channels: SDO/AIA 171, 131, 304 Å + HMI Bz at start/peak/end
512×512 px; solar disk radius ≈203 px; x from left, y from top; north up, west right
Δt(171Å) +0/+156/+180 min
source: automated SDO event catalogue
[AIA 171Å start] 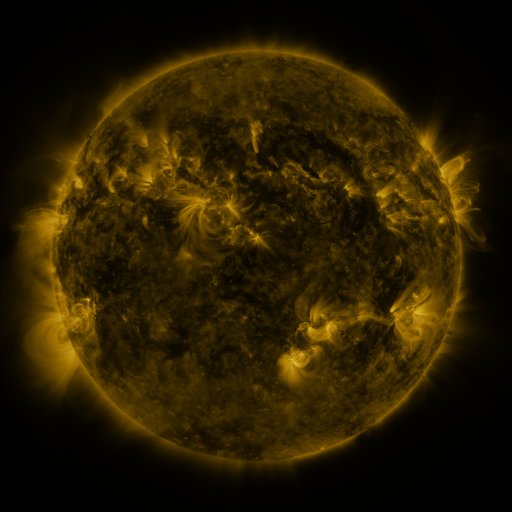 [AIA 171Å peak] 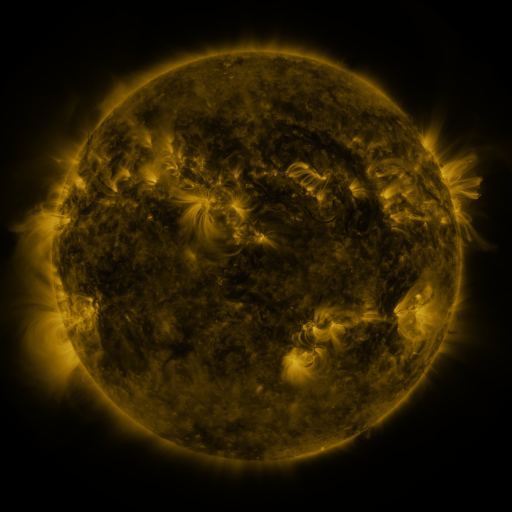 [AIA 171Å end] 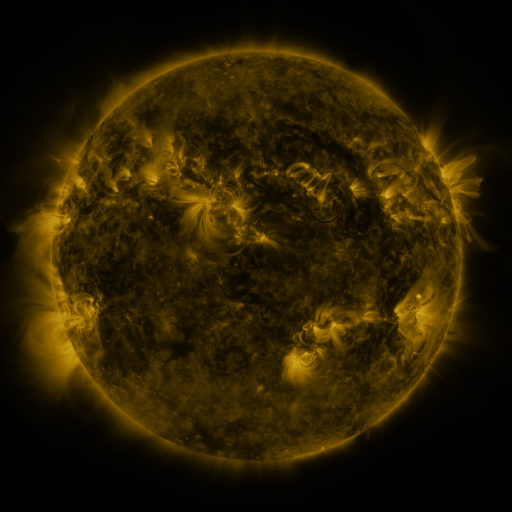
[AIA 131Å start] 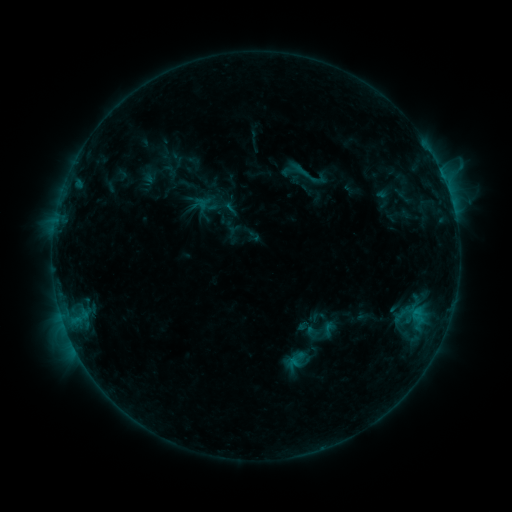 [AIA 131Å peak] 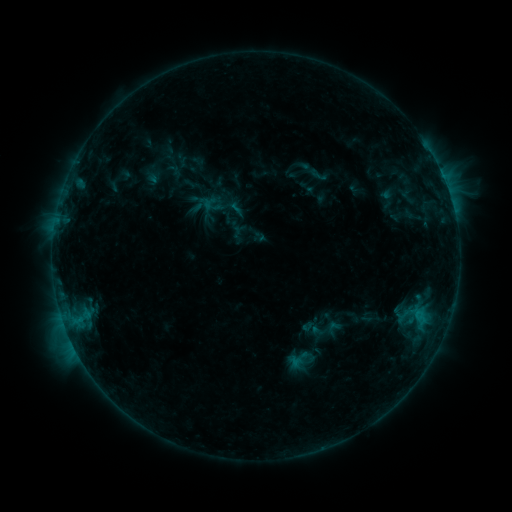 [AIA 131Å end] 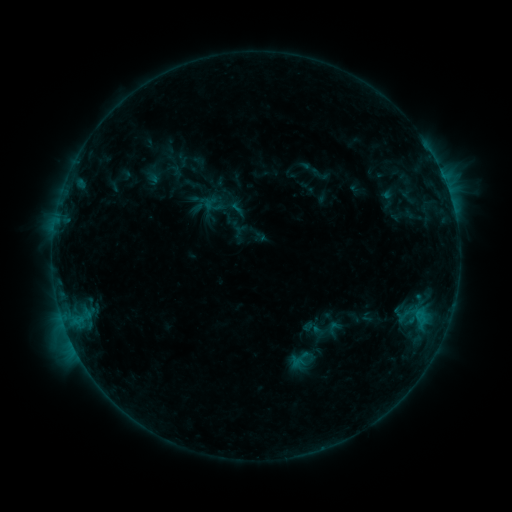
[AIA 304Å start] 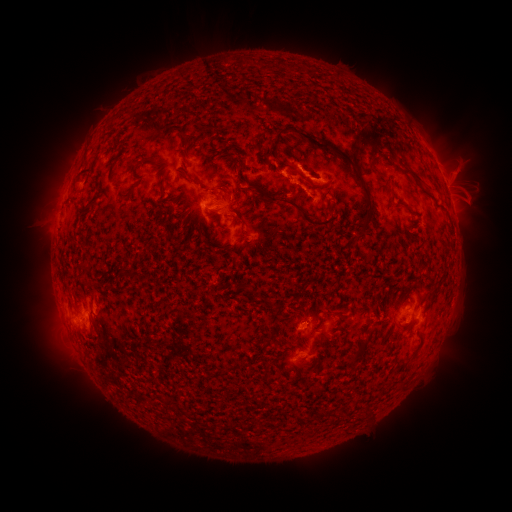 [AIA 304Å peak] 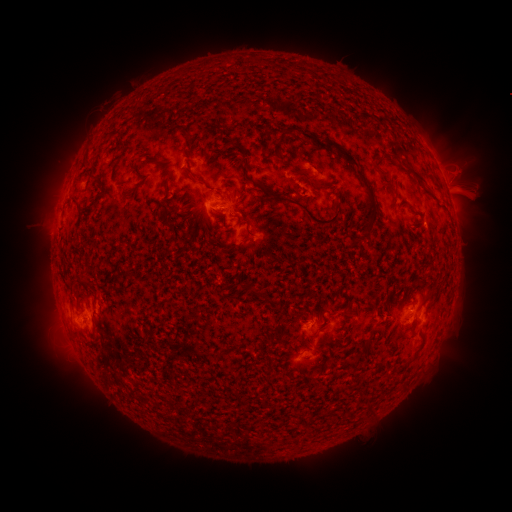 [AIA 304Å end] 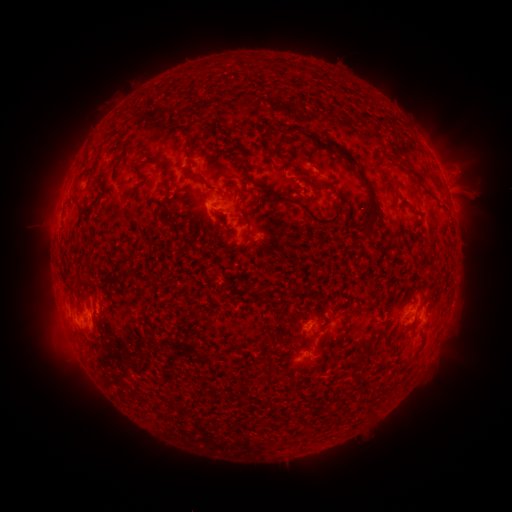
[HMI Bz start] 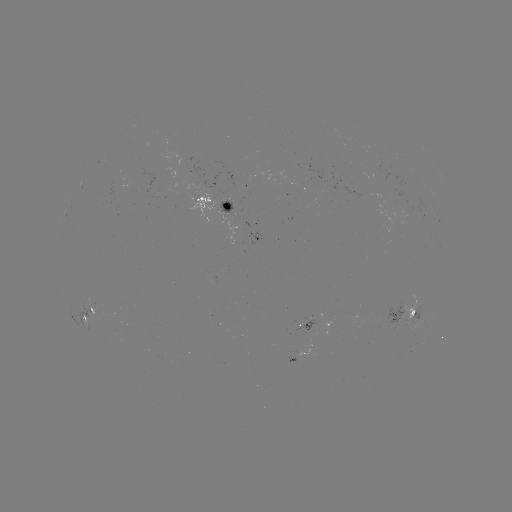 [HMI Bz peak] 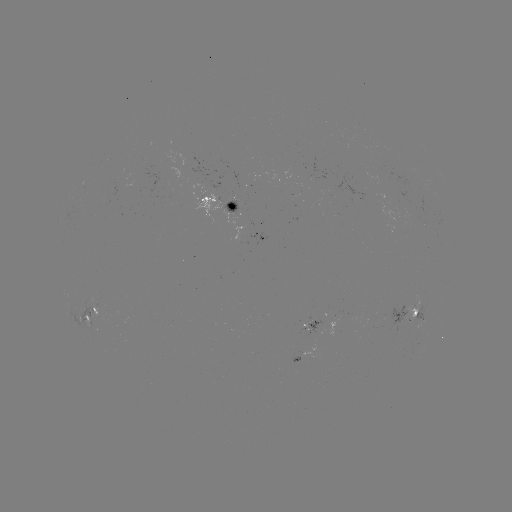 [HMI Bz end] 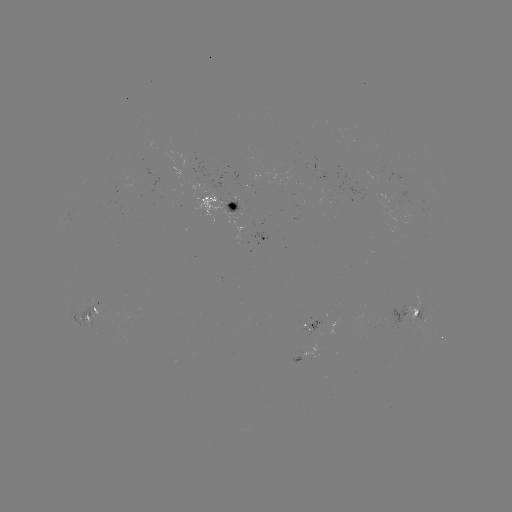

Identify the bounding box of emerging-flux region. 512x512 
[305, 318, 322, 333].